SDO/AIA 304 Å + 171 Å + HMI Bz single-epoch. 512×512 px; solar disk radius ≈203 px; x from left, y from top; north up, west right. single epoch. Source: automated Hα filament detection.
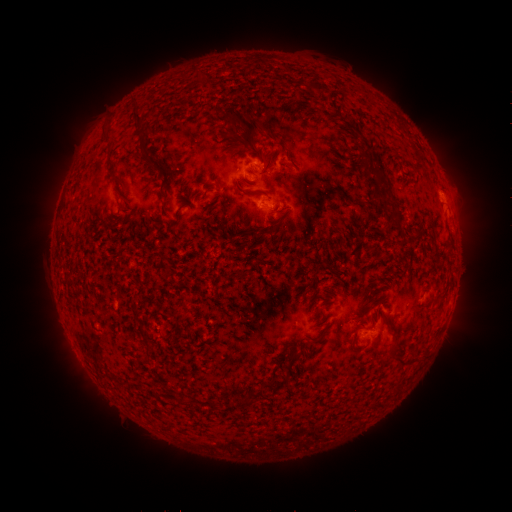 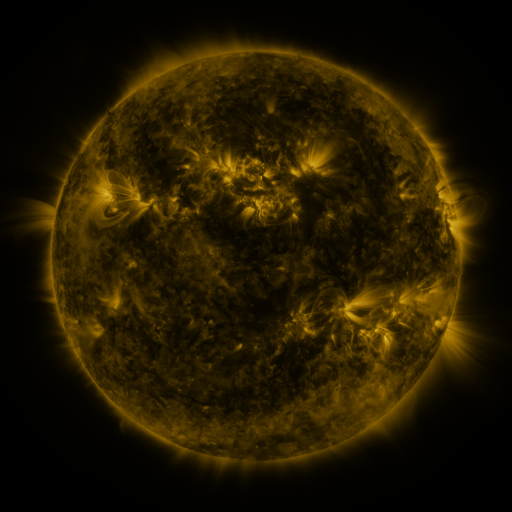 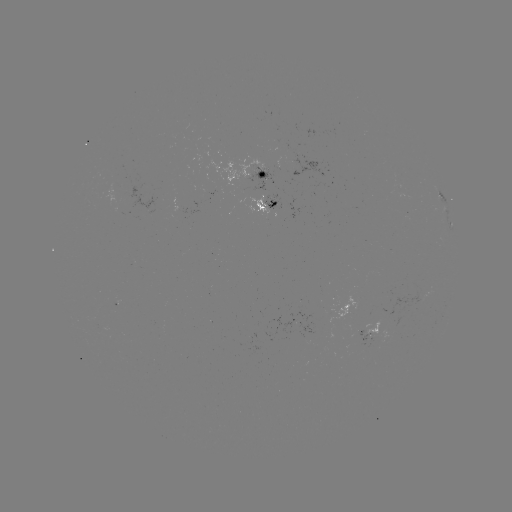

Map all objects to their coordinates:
filament: [184, 68, 209, 83]
filament: [311, 82, 326, 93]
filament: [127, 98, 144, 127]
filament: [238, 114, 262, 155]
filament: [100, 123, 114, 155]
filament: [69, 145, 96, 193]
filament: [259, 152, 272, 169]
filament: [148, 162, 158, 171]
filament: [366, 174, 381, 197]
filament: [112, 175, 124, 188]
filament: [384, 181, 394, 196]
filament: [205, 185, 216, 192]
filament: [238, 213, 247, 222]
filament: [265, 221, 280, 236]
filament: [388, 225, 401, 232]
filament: [236, 227, 254, 247]
filament: [230, 270, 242, 280]
filament: [140, 331, 149, 343]
filament: [370, 342, 377, 352]
filament: [290, 351, 301, 361]
filament: [397, 357, 405, 366]
filament: [270, 377, 287, 388]
